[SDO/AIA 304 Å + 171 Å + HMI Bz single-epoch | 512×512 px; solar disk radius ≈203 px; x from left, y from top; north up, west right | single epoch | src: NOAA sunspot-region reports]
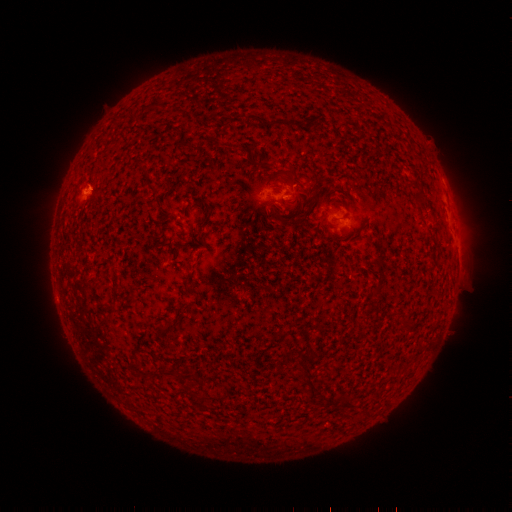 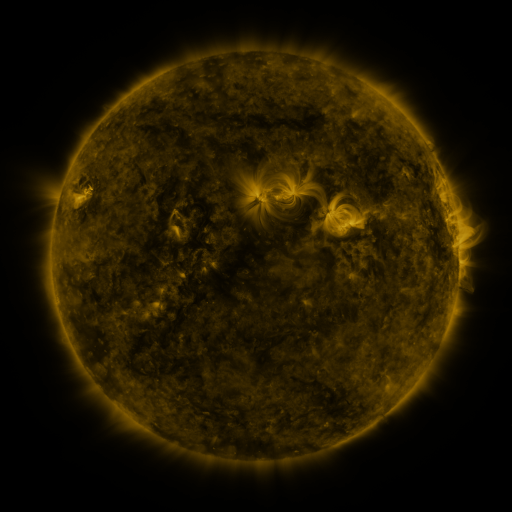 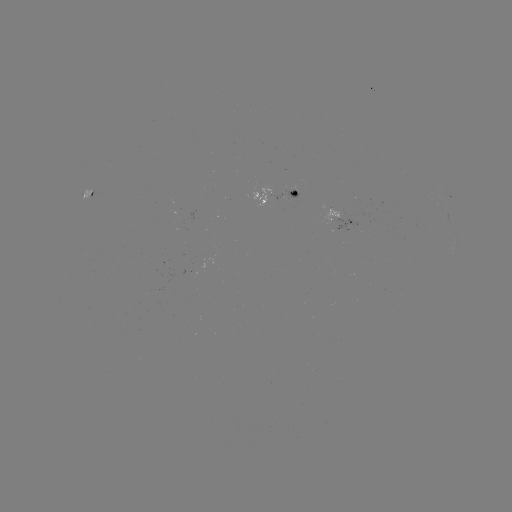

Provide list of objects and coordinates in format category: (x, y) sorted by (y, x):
spotted active region: (273, 191)
spotted active region: (87, 193)
spotted active region: (341, 217)
spotted active region: (449, 222)
